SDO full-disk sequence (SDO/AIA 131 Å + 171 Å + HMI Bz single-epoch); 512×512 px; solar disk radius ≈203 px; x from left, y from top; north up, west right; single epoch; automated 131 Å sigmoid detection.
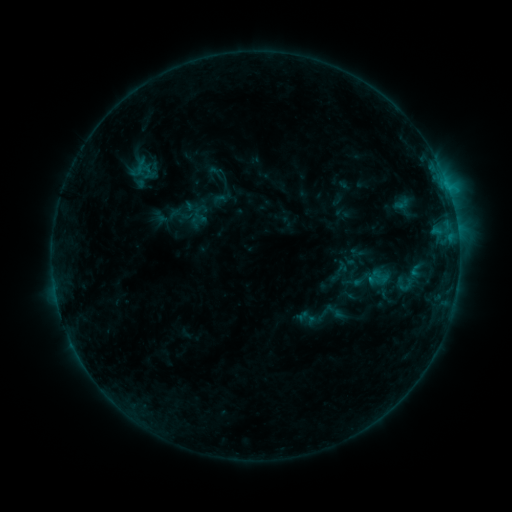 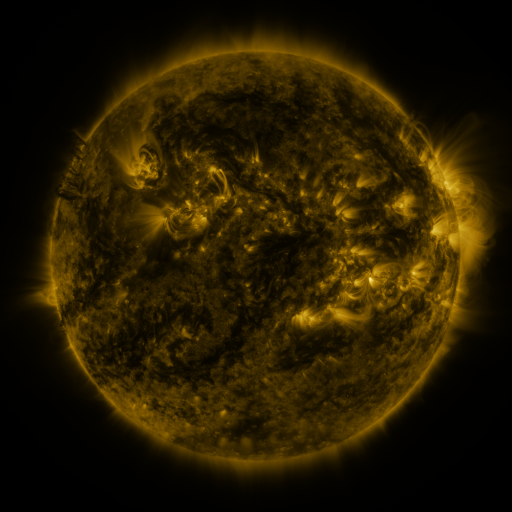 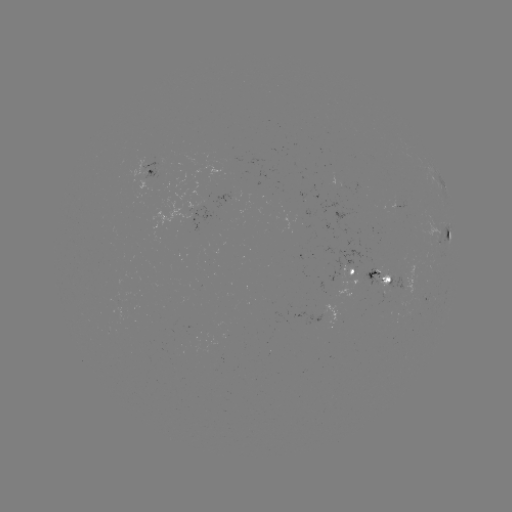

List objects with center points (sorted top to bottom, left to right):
sigmoid: (398, 276, 413, 295)
